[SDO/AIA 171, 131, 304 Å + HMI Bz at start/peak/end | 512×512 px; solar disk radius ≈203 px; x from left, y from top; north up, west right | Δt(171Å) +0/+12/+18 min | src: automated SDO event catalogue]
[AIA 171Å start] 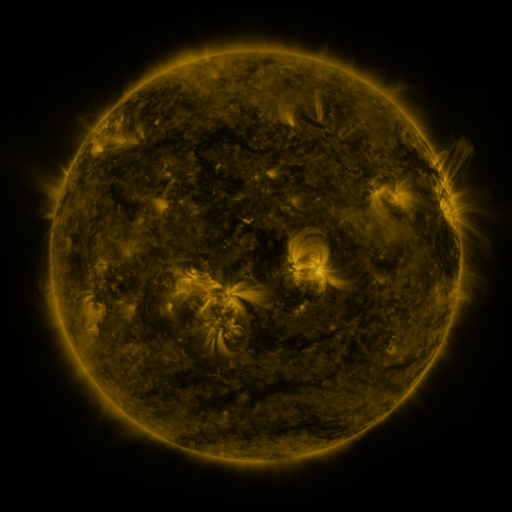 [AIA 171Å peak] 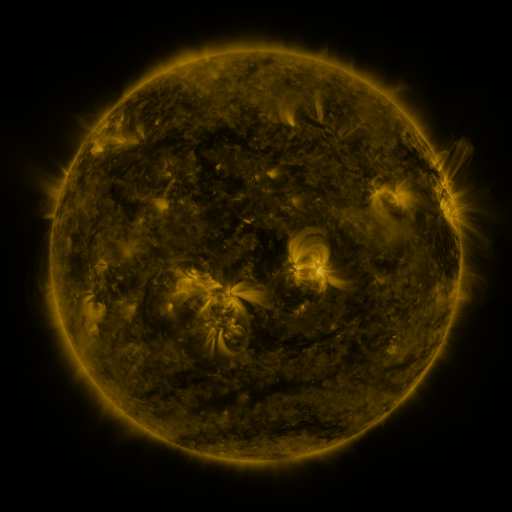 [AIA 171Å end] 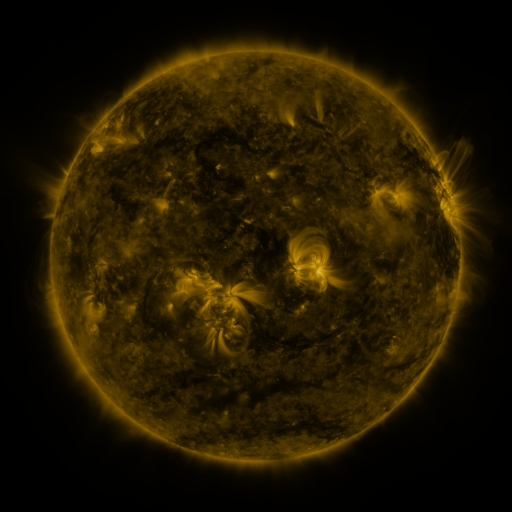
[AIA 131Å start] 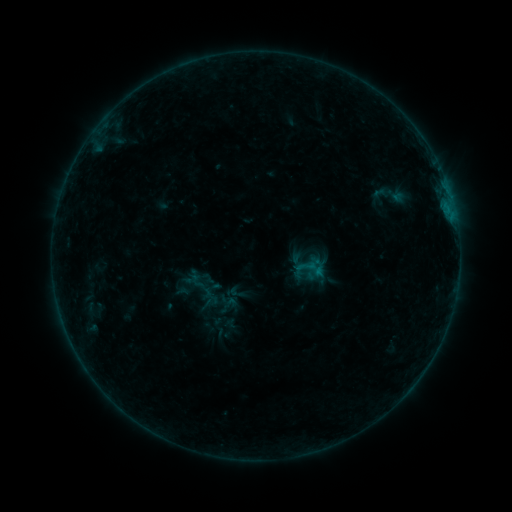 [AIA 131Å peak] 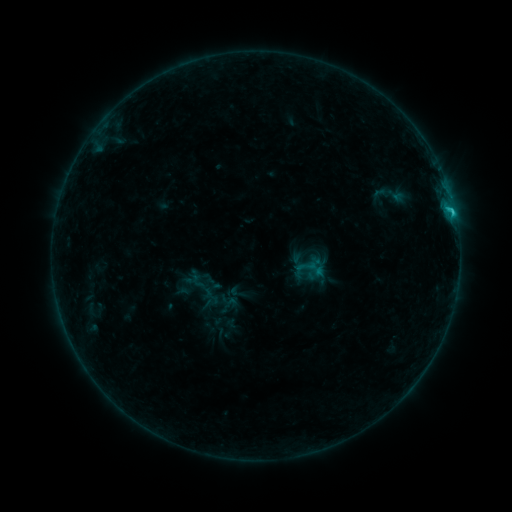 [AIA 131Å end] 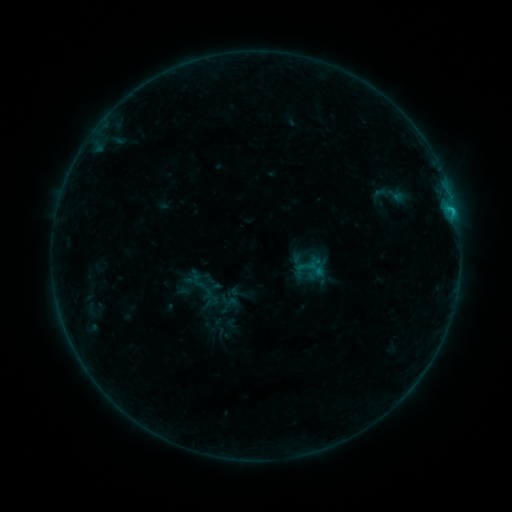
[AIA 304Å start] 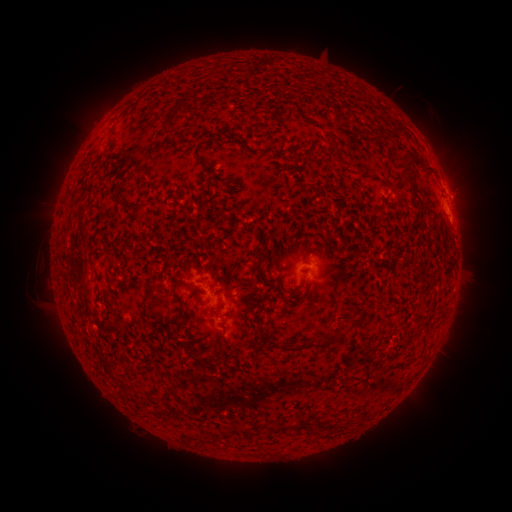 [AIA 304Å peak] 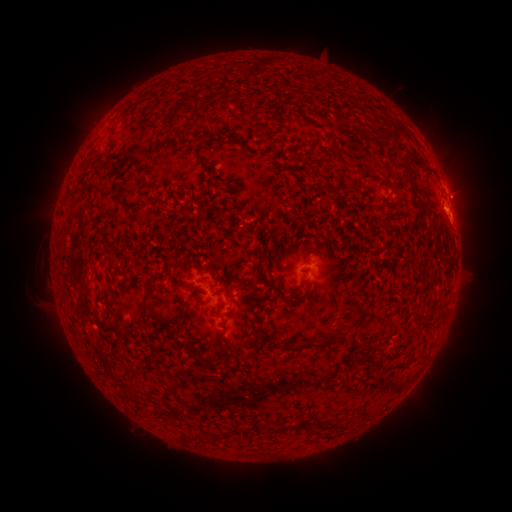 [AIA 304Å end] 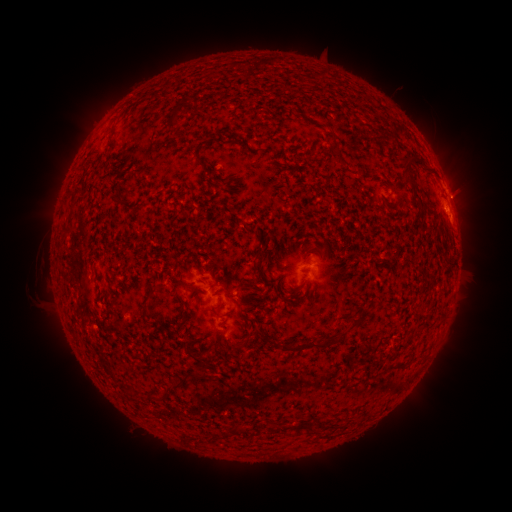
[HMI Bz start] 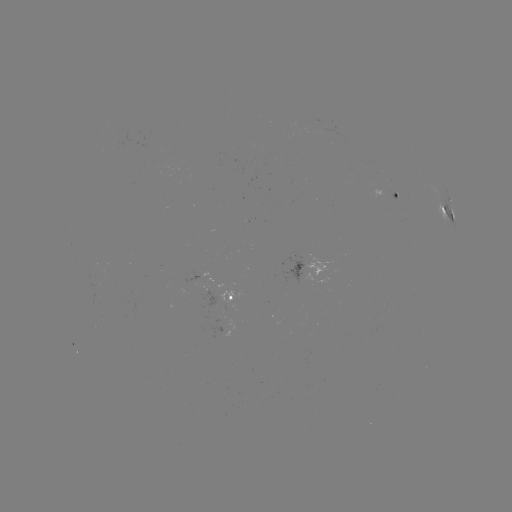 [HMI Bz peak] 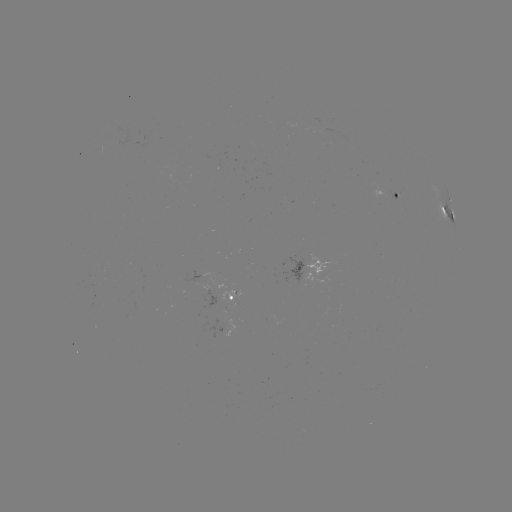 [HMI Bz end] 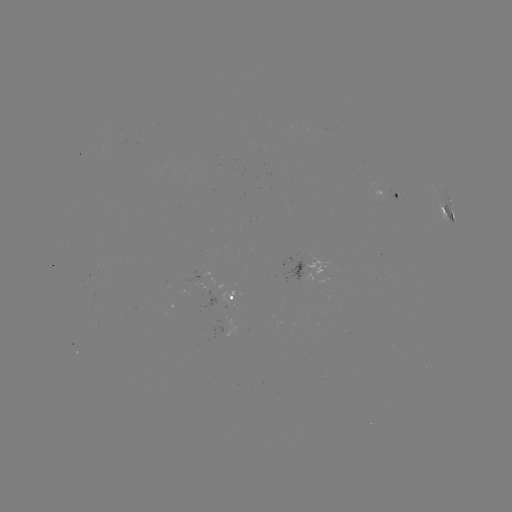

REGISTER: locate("C1.0 flare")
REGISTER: [452, 213]